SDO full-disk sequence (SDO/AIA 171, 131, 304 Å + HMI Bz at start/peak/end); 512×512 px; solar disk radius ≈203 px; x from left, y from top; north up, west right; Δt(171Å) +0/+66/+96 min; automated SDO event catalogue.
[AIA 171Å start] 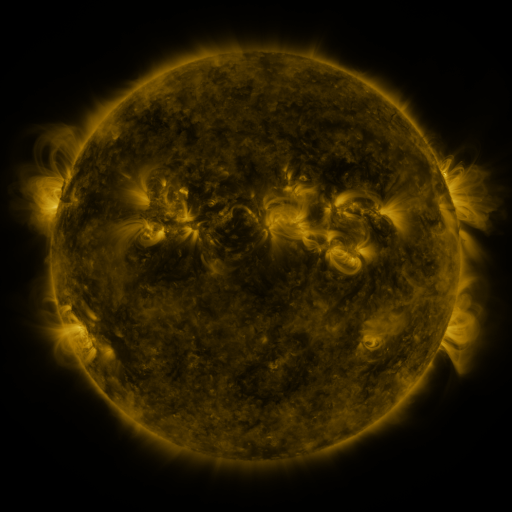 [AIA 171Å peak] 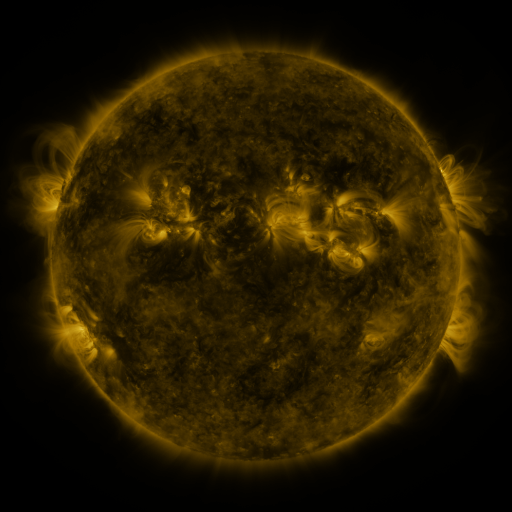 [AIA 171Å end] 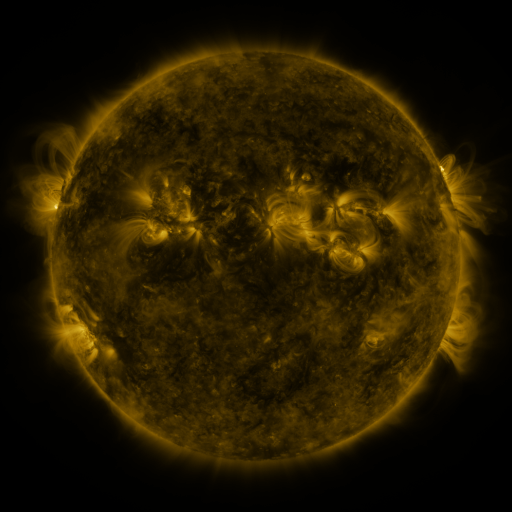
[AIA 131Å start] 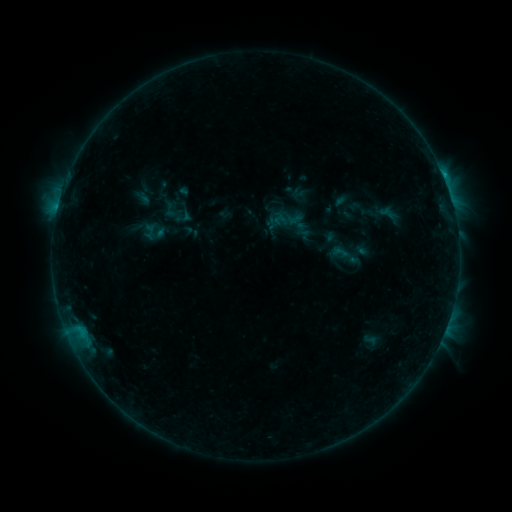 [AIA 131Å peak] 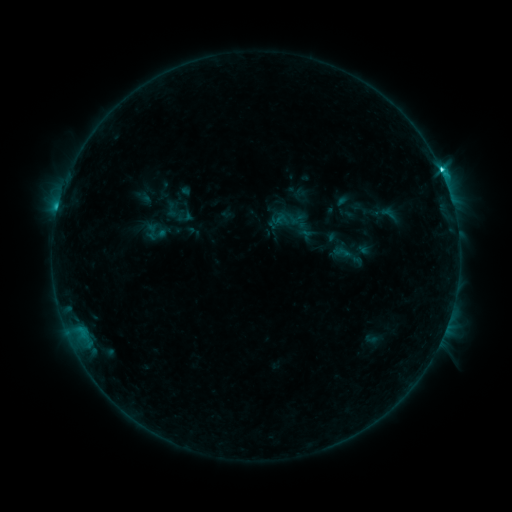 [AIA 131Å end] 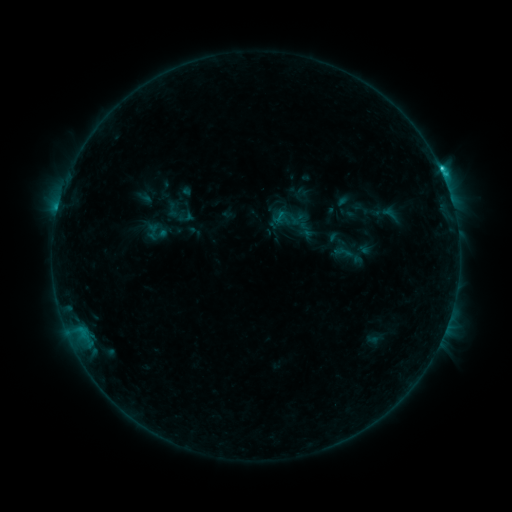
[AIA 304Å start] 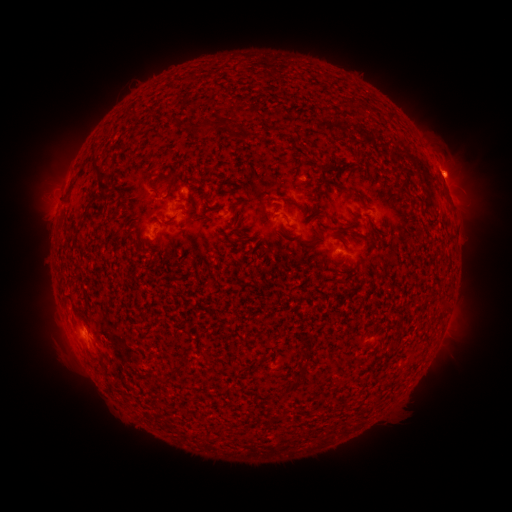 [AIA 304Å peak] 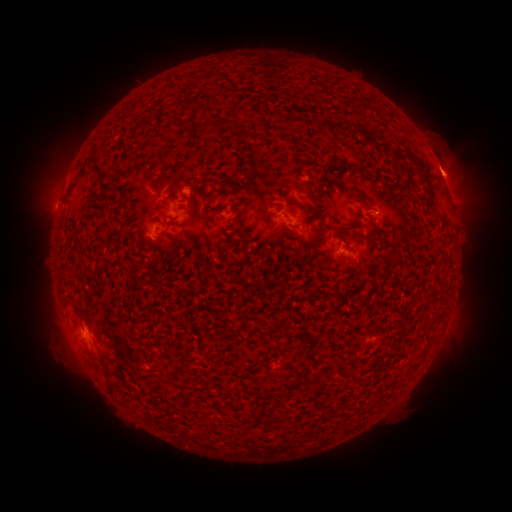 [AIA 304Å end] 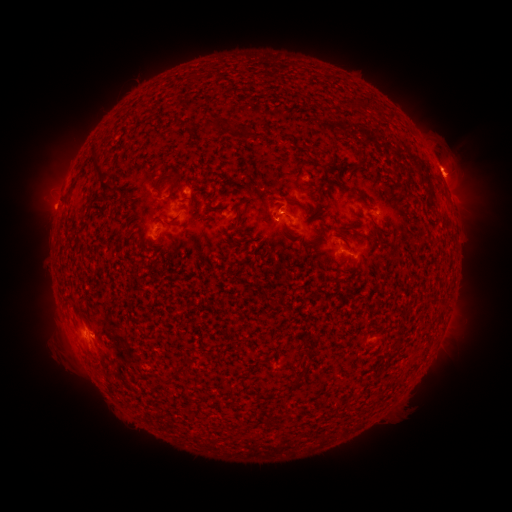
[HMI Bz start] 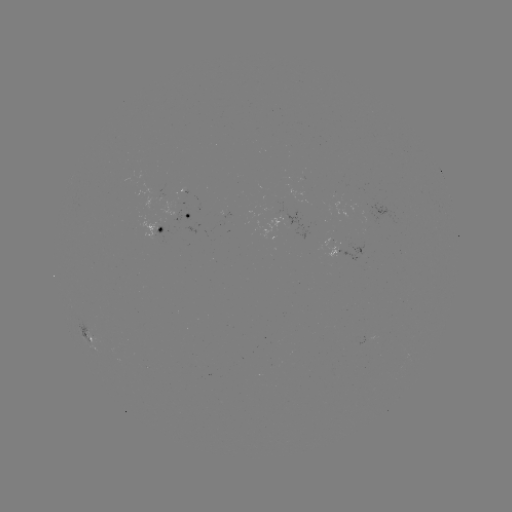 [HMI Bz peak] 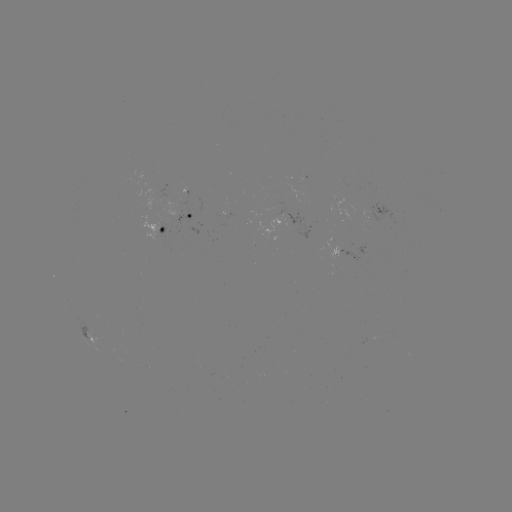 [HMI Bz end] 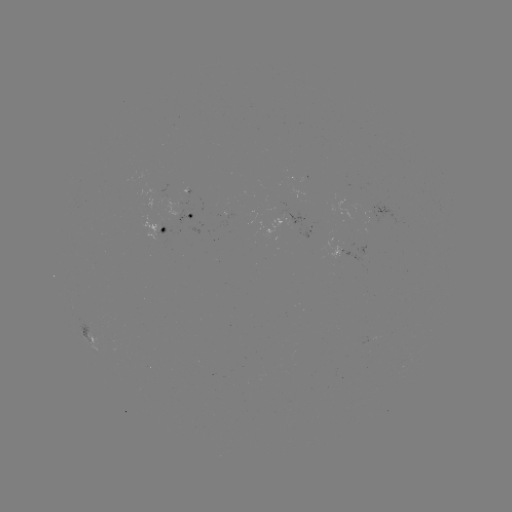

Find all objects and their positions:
C2.9 flare: (58, 211)
